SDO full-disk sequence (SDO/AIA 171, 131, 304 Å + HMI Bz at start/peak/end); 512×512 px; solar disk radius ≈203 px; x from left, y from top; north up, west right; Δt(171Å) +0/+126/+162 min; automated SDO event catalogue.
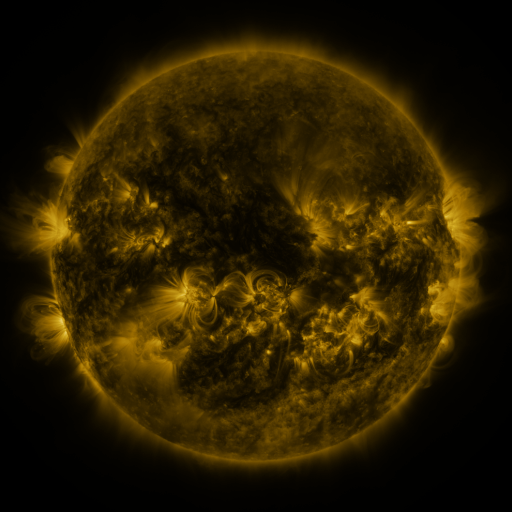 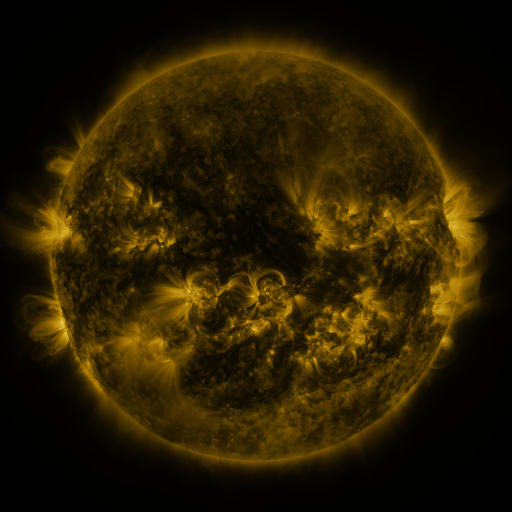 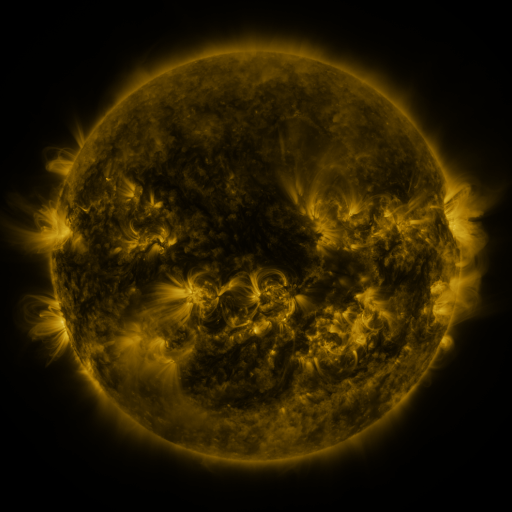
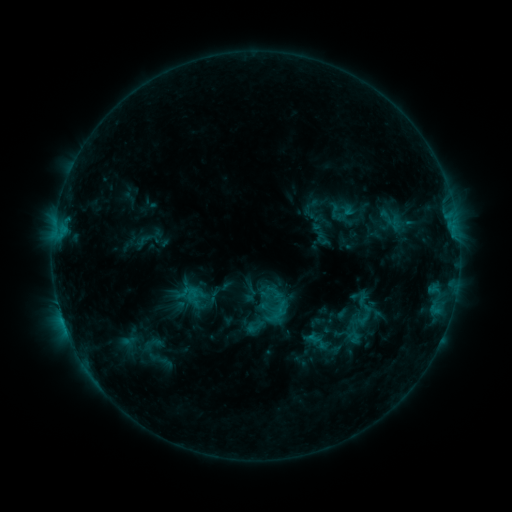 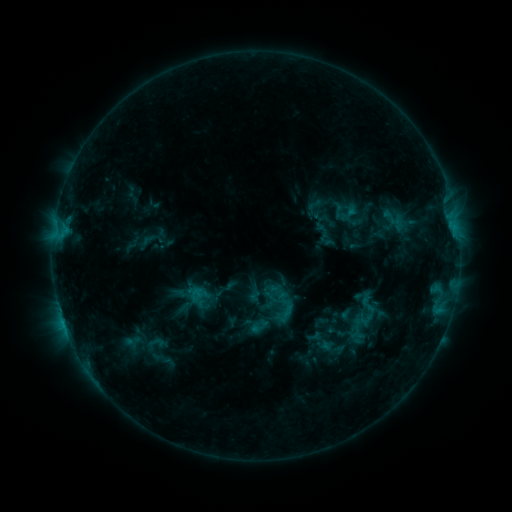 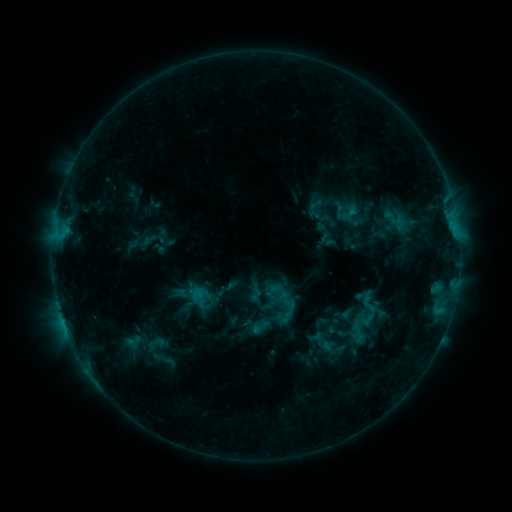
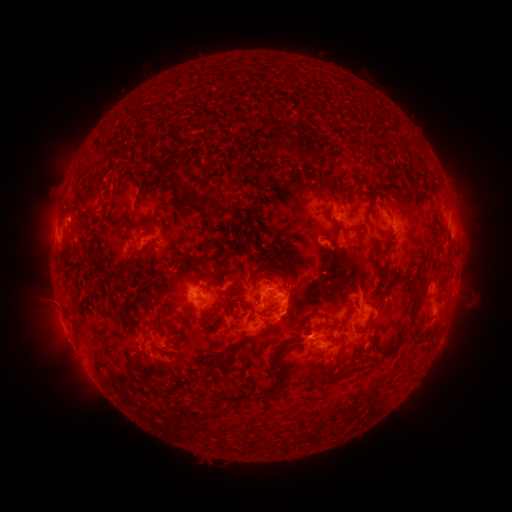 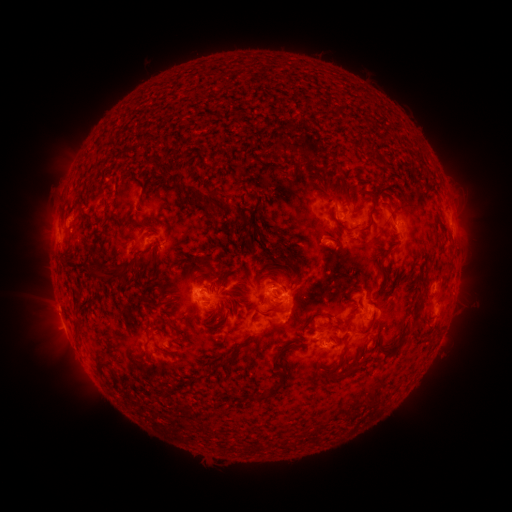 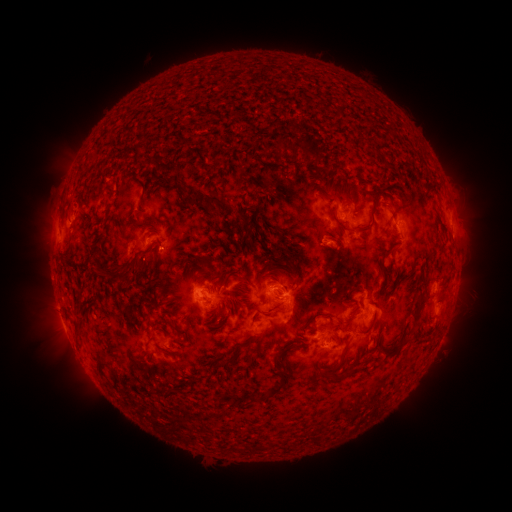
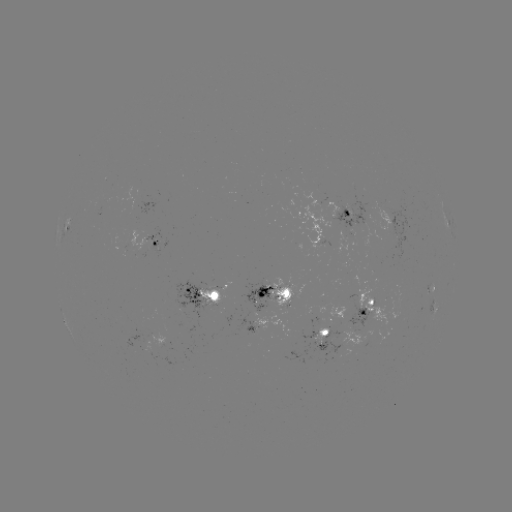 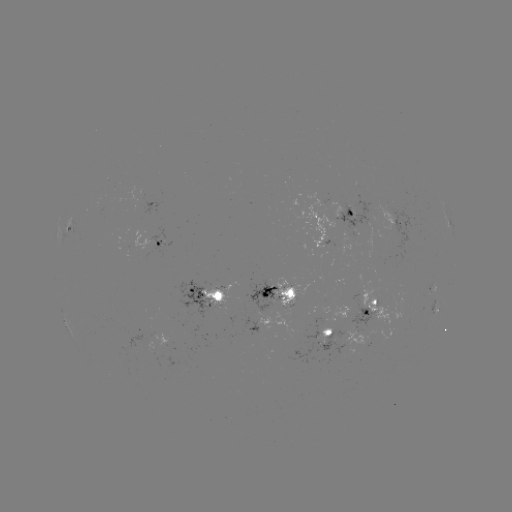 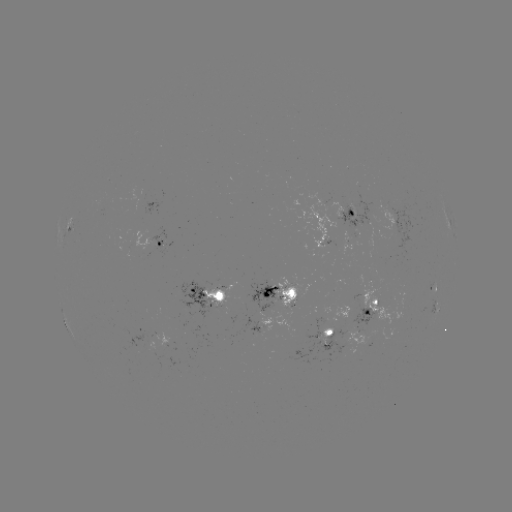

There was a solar emerging-flux region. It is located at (263, 322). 